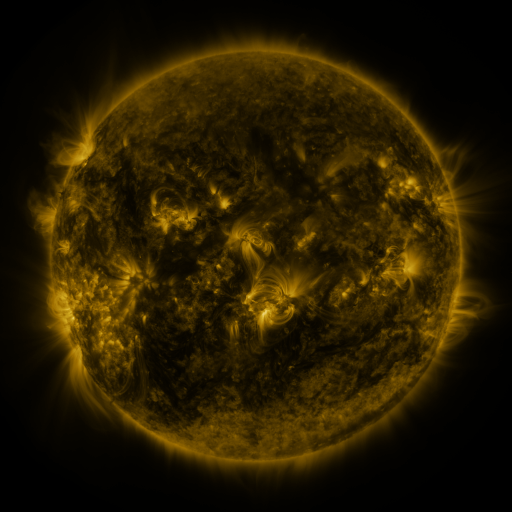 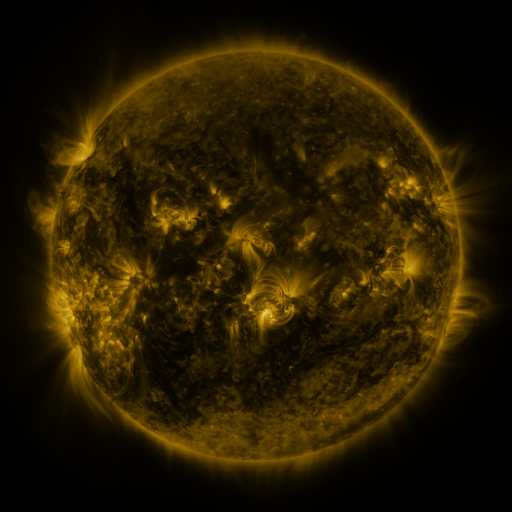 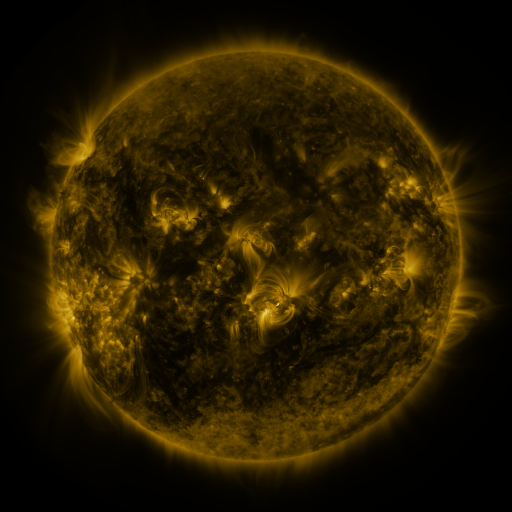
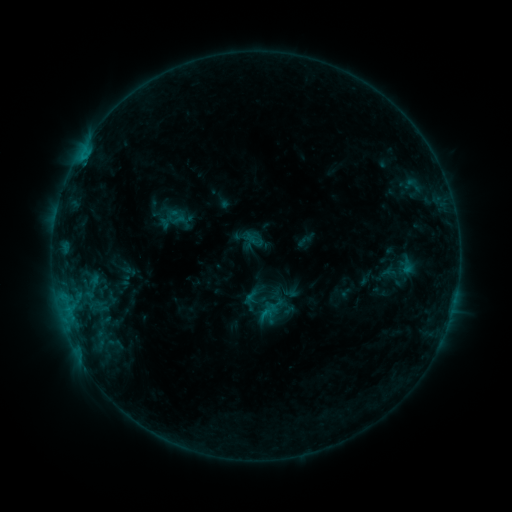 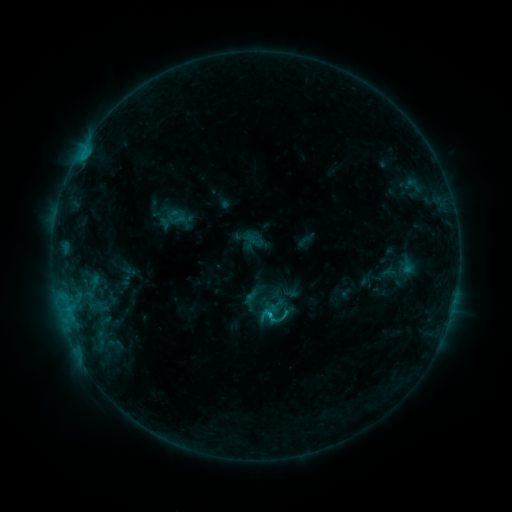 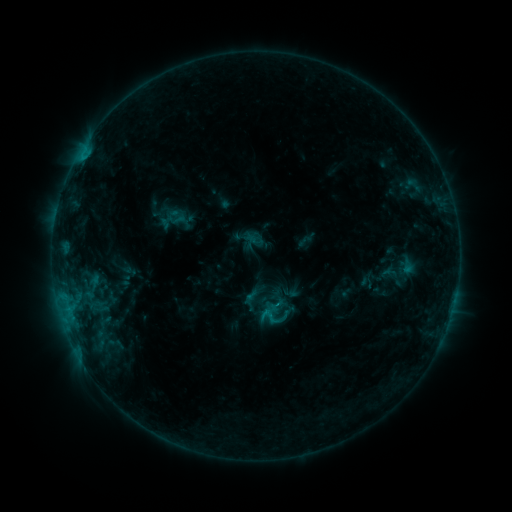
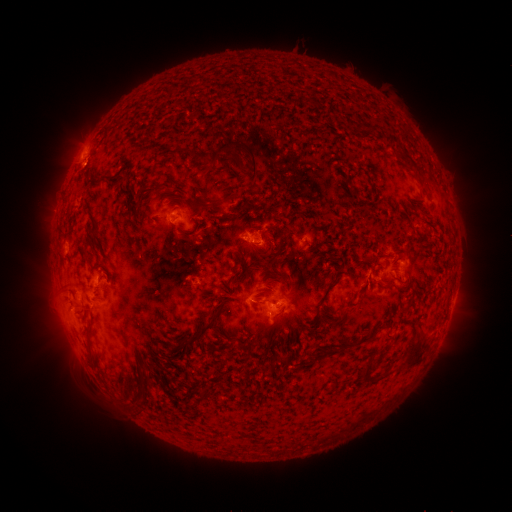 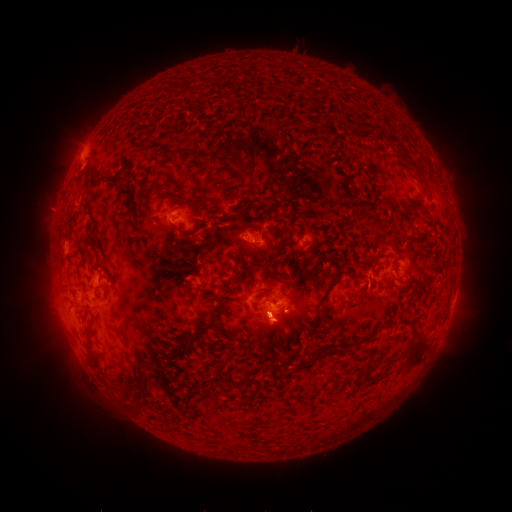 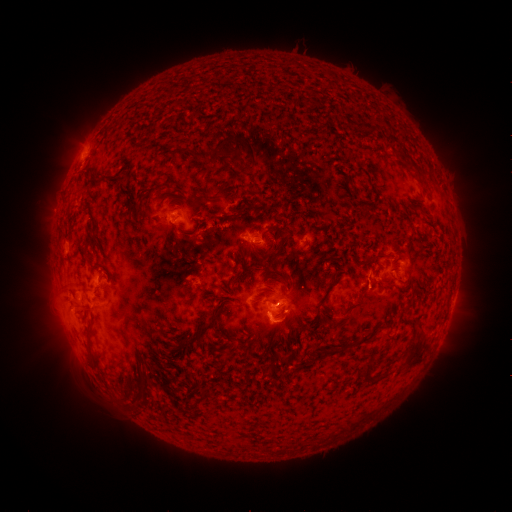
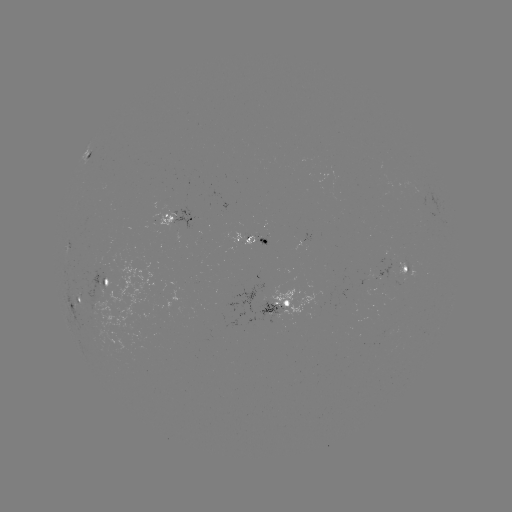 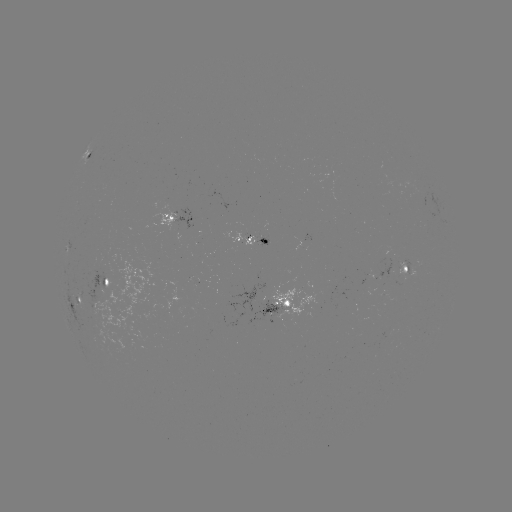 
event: flare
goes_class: C1.0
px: (269, 313)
